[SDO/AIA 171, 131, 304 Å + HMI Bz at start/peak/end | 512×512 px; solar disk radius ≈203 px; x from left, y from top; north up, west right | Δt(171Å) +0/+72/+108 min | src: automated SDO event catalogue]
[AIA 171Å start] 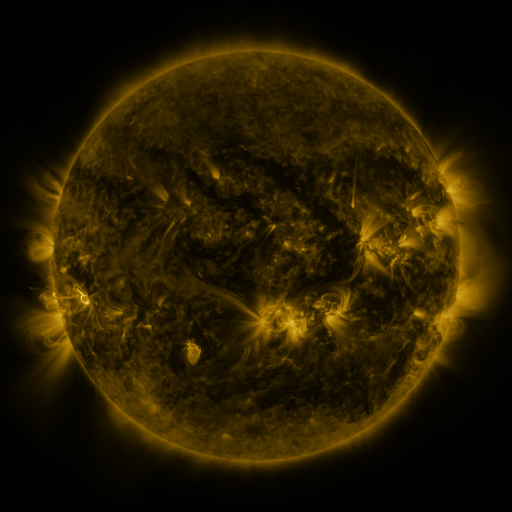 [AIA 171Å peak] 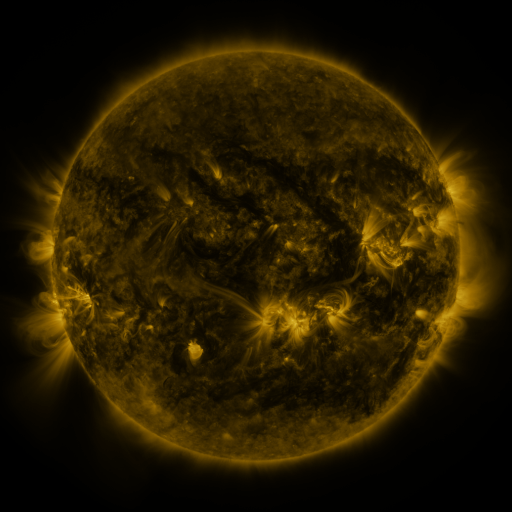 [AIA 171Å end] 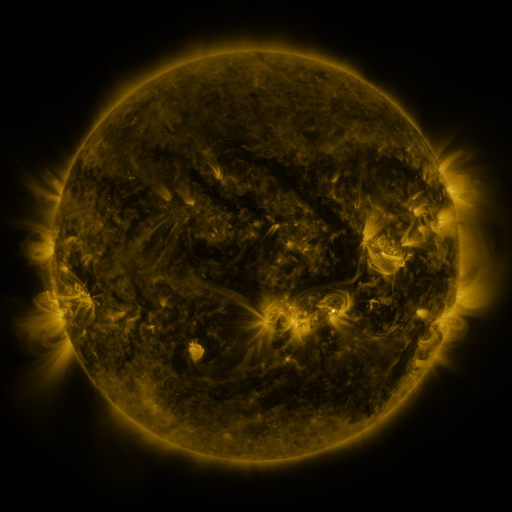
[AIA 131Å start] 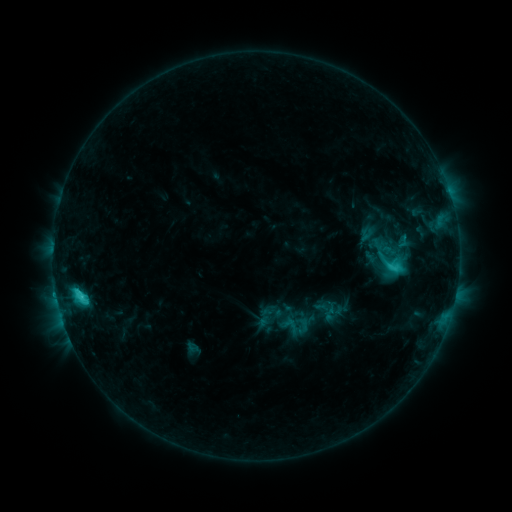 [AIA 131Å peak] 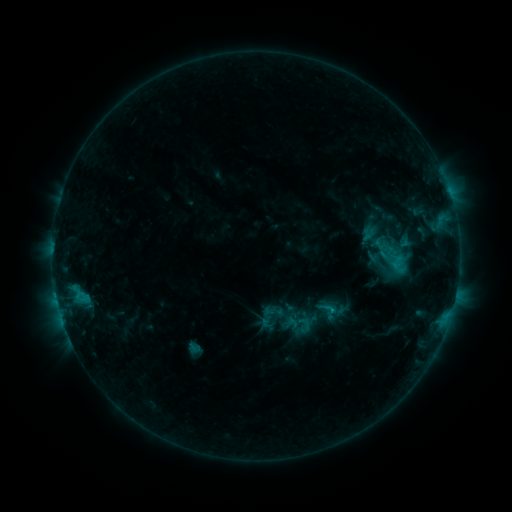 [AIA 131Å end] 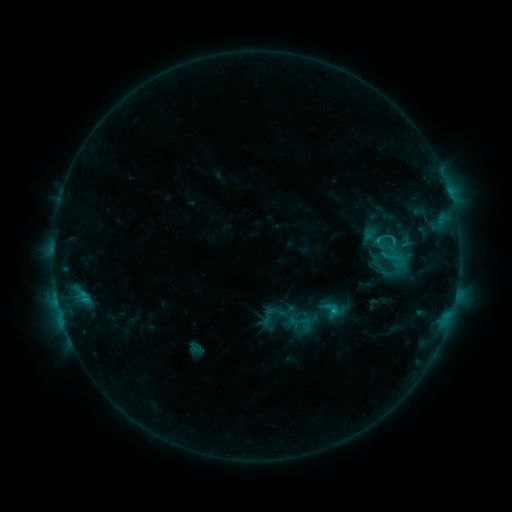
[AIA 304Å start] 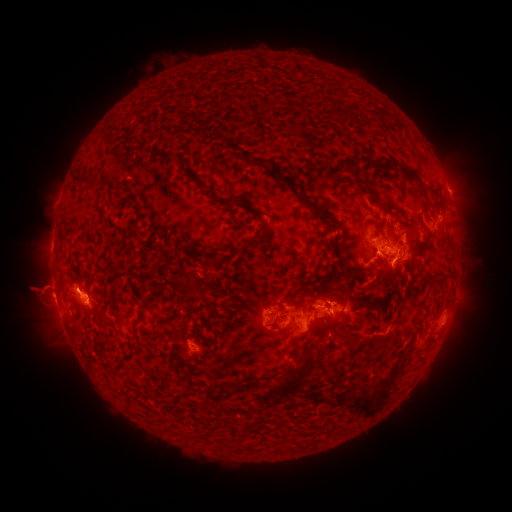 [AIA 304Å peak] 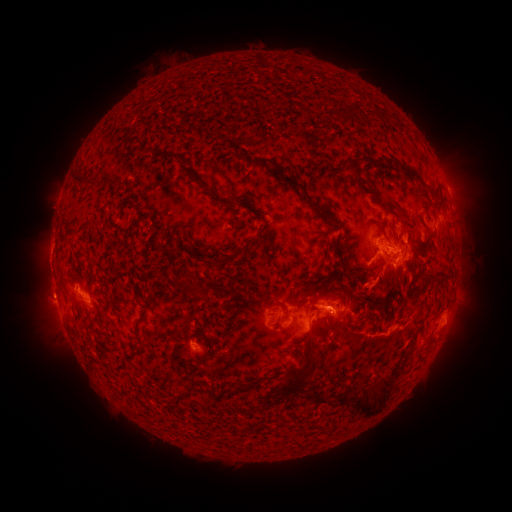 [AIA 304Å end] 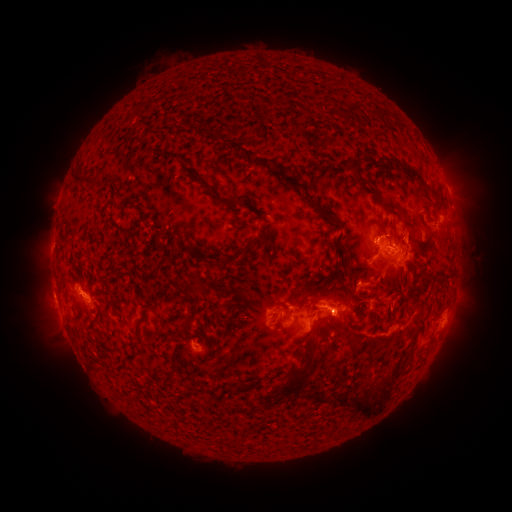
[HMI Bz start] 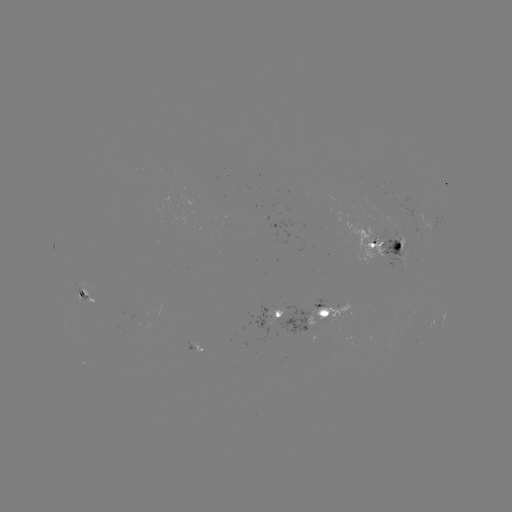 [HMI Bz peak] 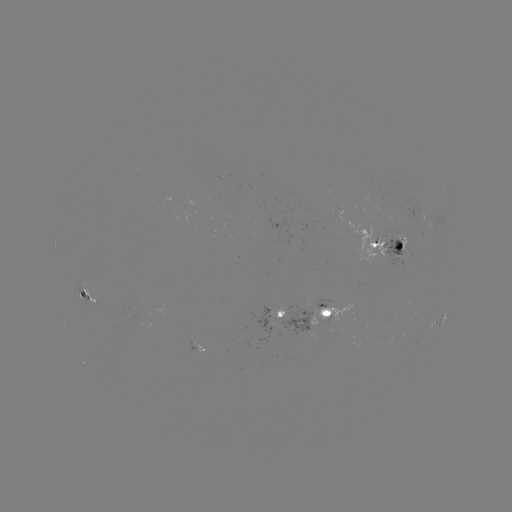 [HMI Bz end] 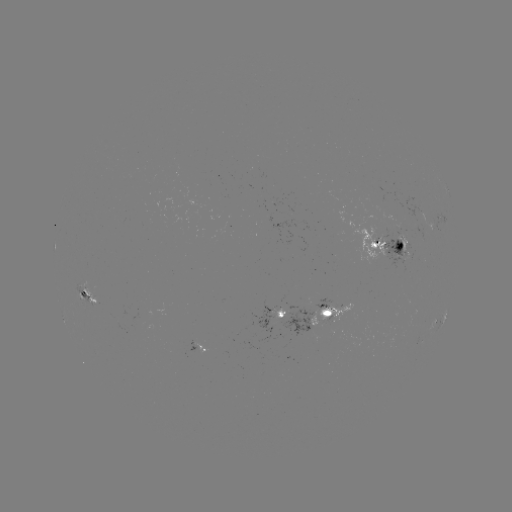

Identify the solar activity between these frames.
emerging-flux region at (401, 237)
